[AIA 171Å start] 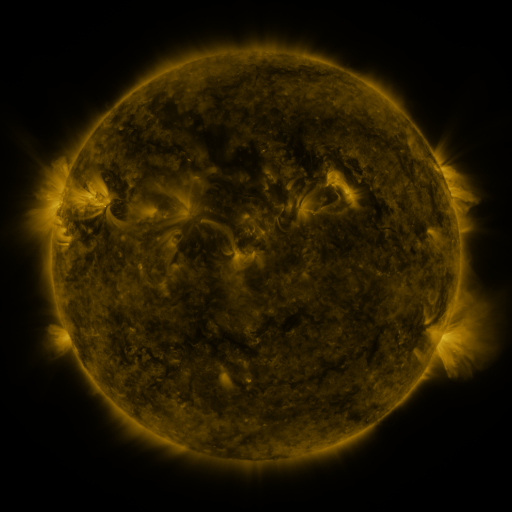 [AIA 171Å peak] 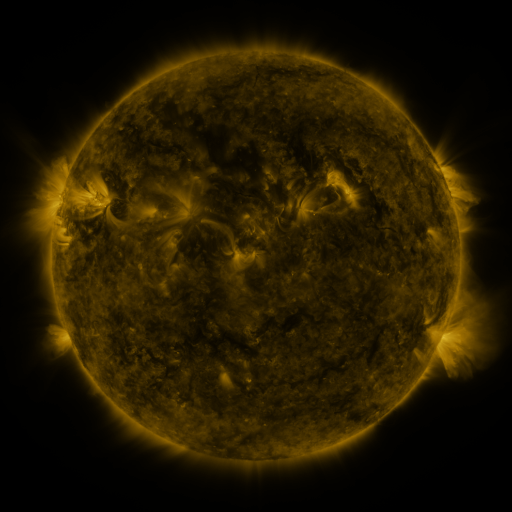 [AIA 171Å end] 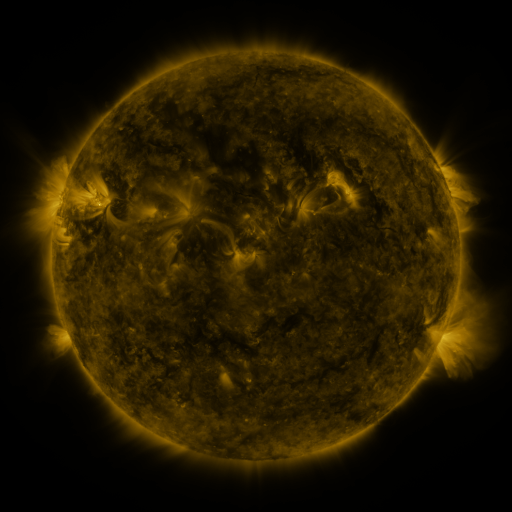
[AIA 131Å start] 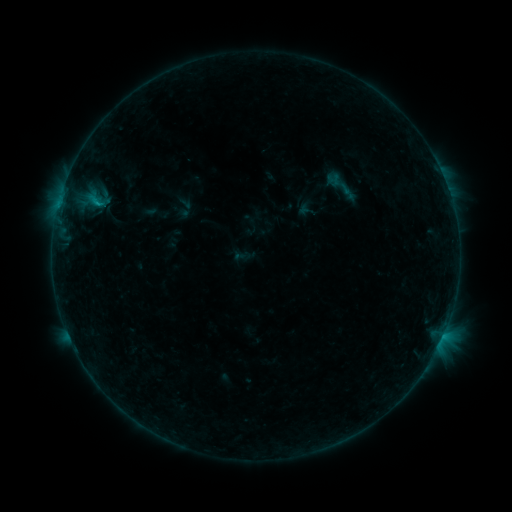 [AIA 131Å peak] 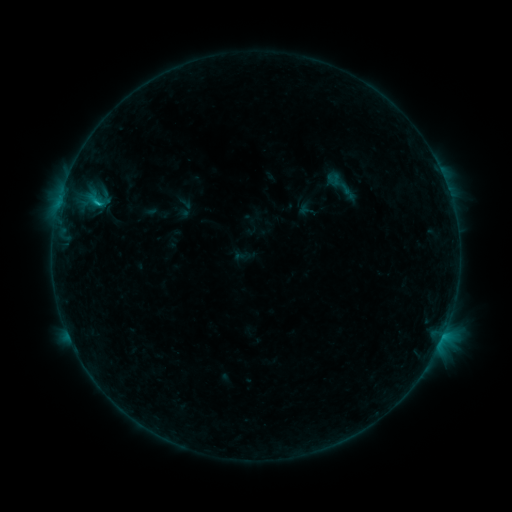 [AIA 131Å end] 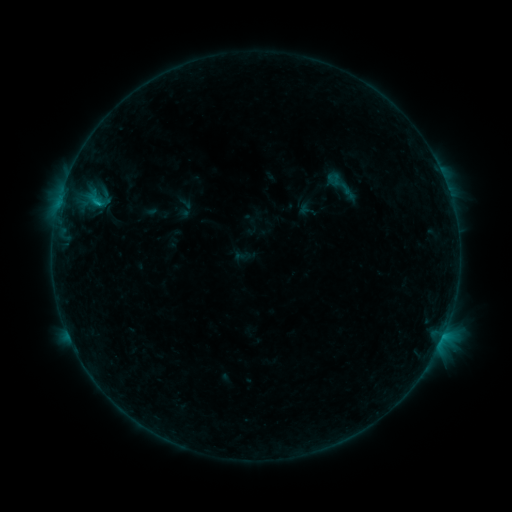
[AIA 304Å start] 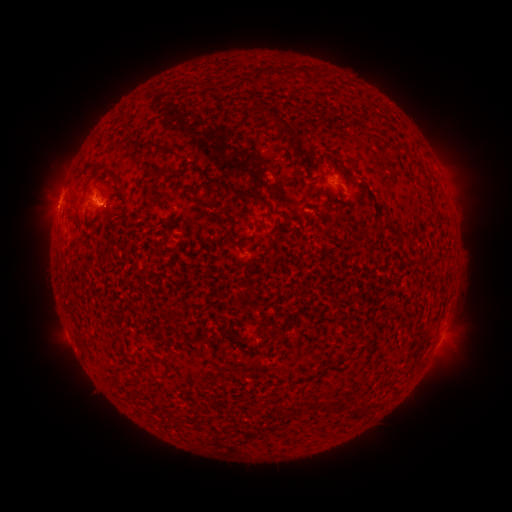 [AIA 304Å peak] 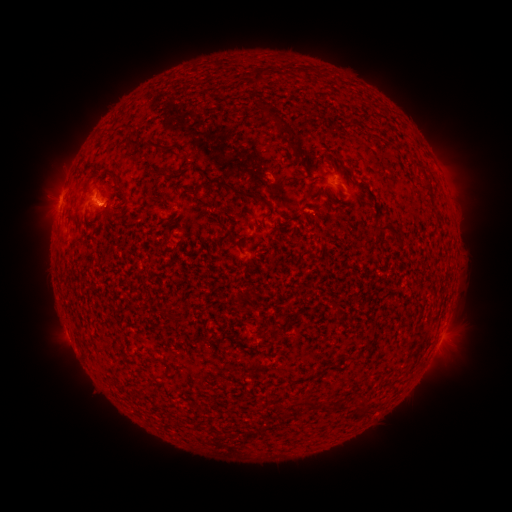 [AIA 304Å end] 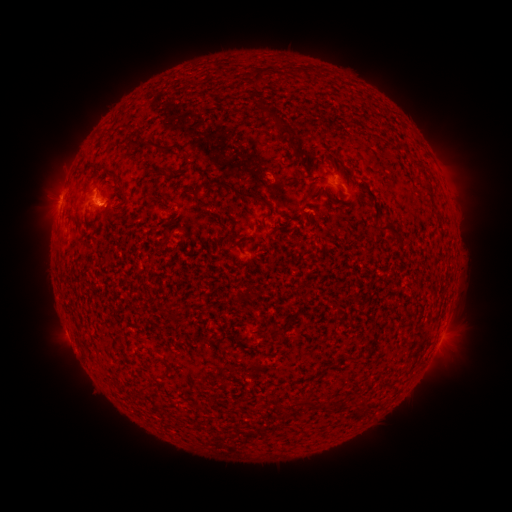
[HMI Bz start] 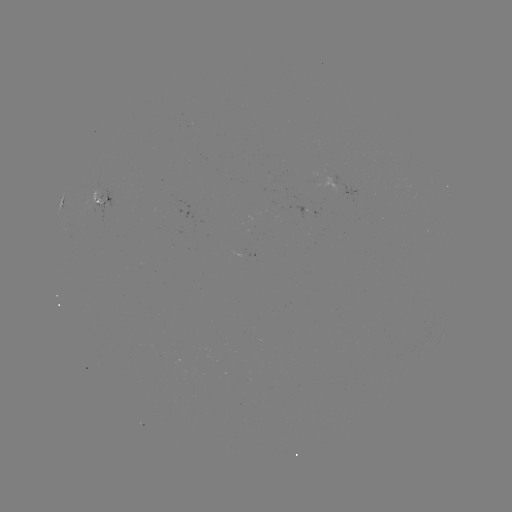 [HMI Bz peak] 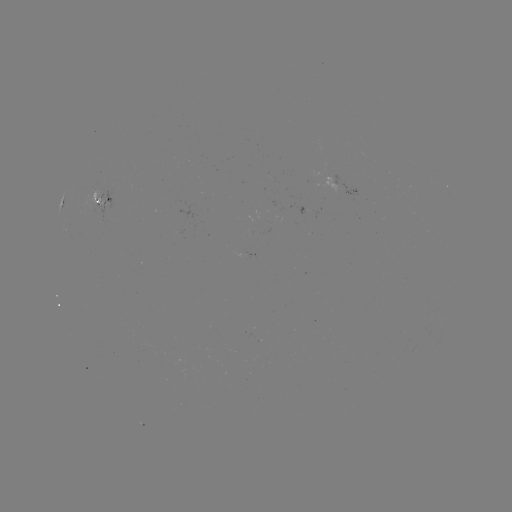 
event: flare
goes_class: B5.8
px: (100, 207)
